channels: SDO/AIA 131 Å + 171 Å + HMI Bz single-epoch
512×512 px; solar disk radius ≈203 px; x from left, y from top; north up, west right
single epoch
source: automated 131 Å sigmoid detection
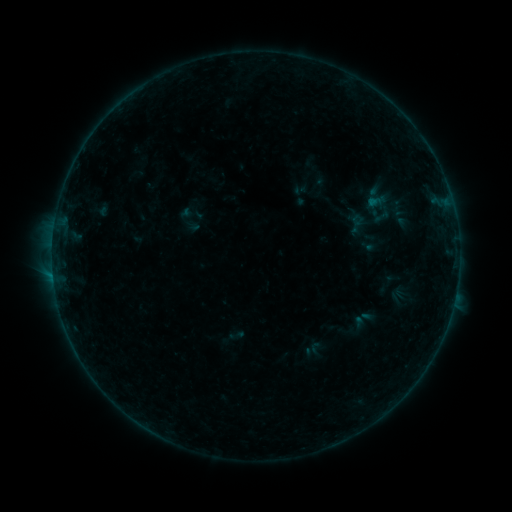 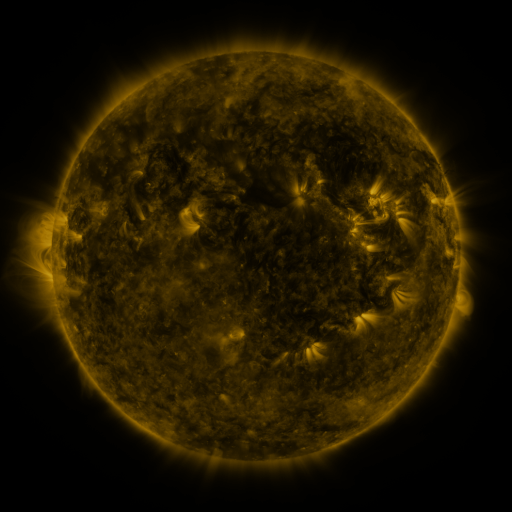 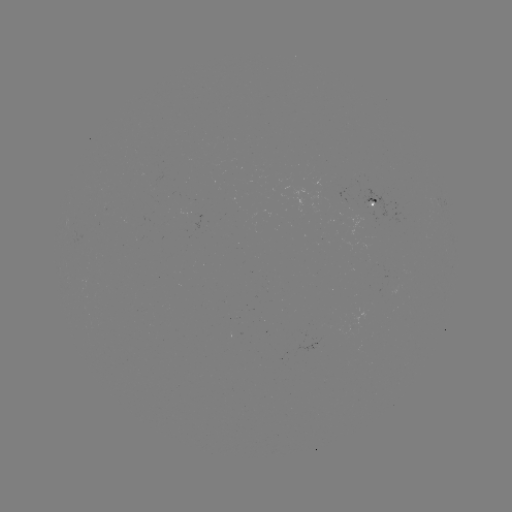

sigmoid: [370, 207, 393, 226]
